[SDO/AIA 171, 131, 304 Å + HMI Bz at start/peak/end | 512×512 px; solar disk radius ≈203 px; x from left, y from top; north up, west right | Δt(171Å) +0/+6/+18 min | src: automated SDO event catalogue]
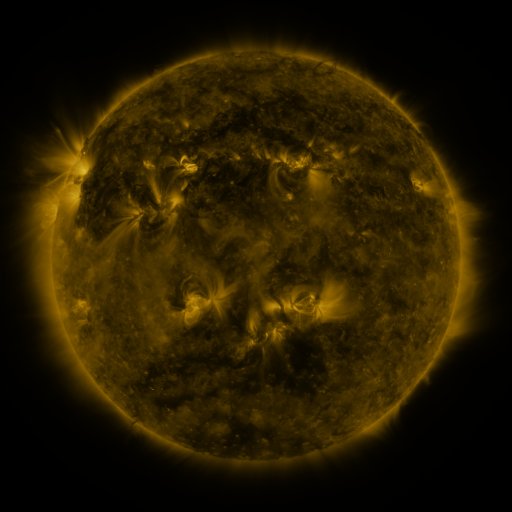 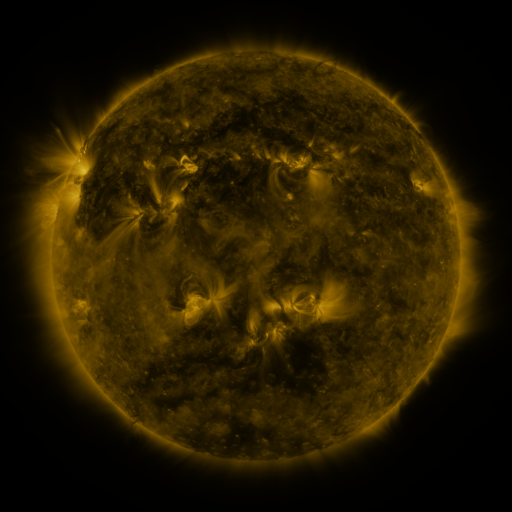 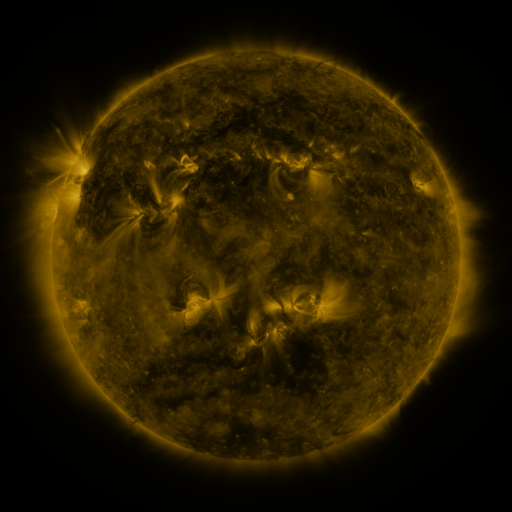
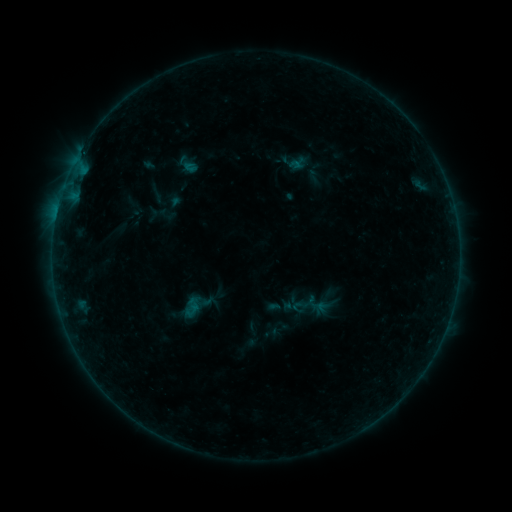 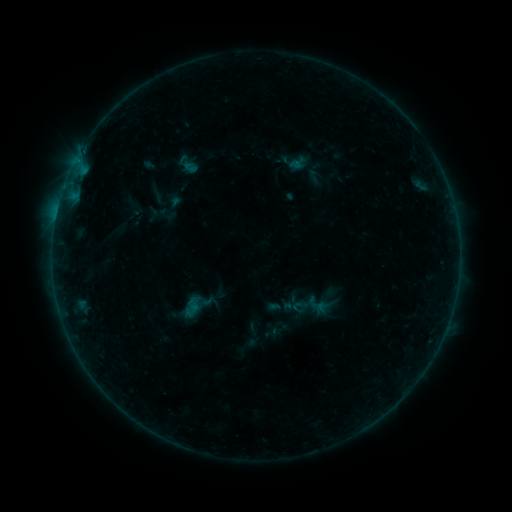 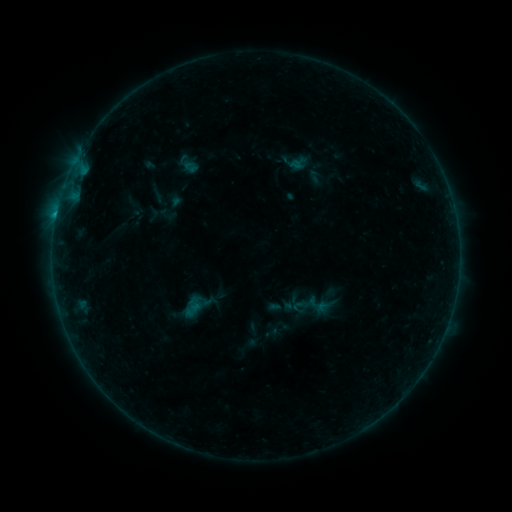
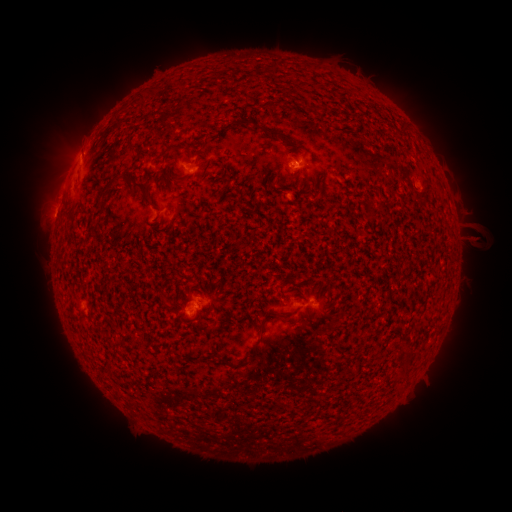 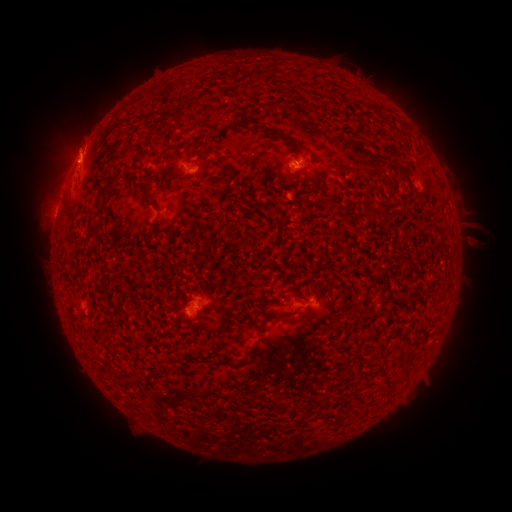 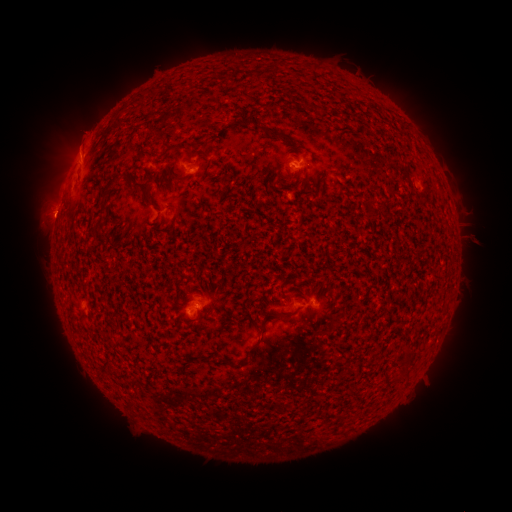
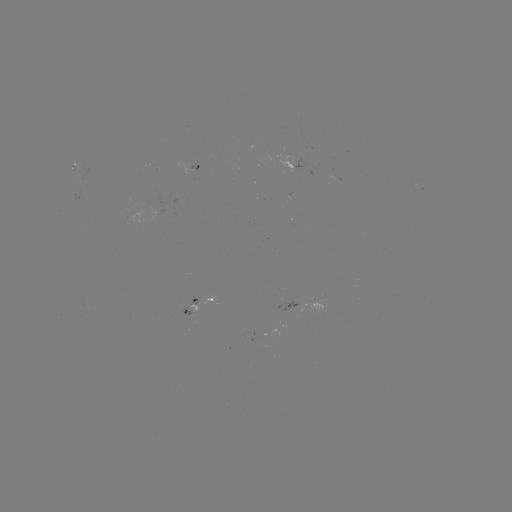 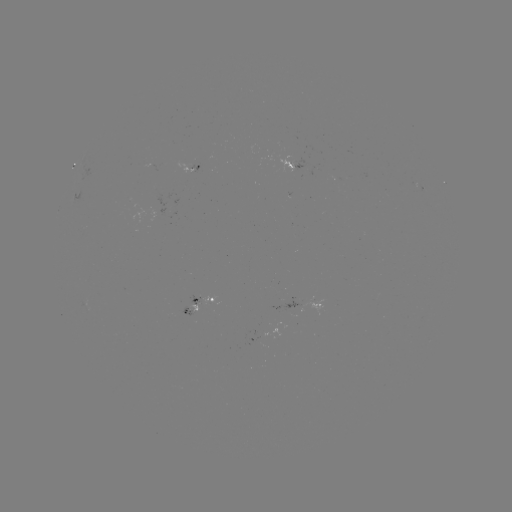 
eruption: (36, 103, 109, 190)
